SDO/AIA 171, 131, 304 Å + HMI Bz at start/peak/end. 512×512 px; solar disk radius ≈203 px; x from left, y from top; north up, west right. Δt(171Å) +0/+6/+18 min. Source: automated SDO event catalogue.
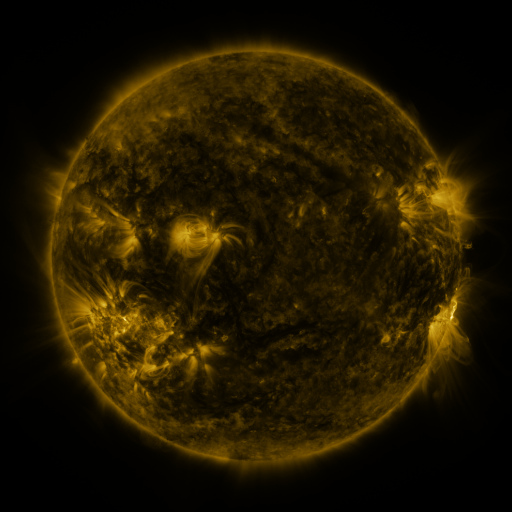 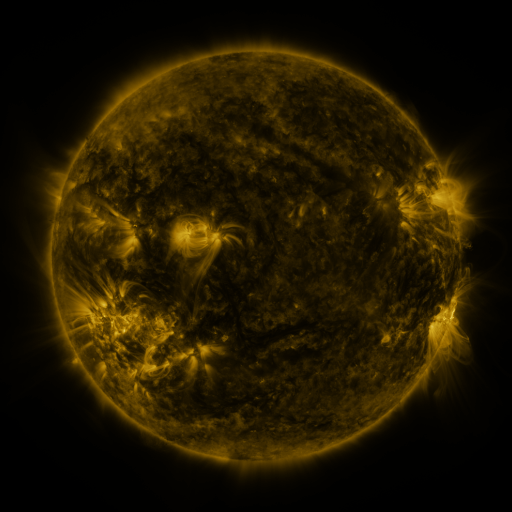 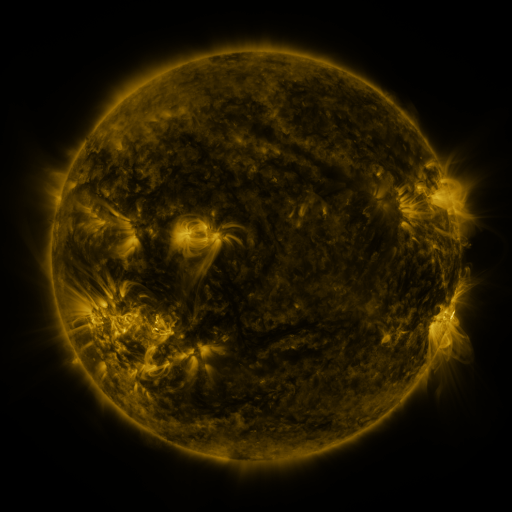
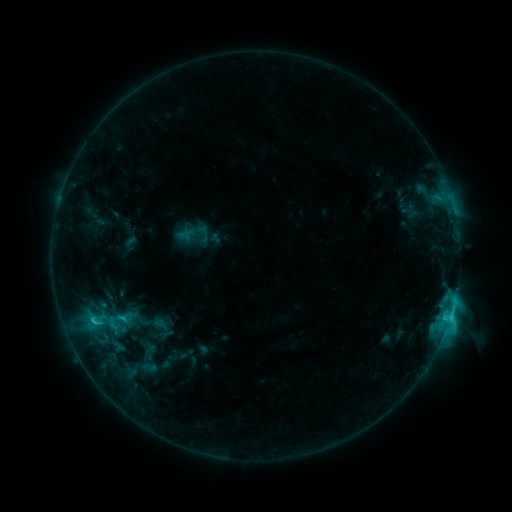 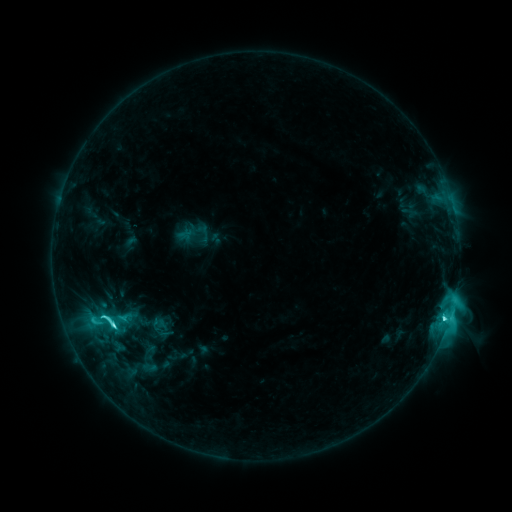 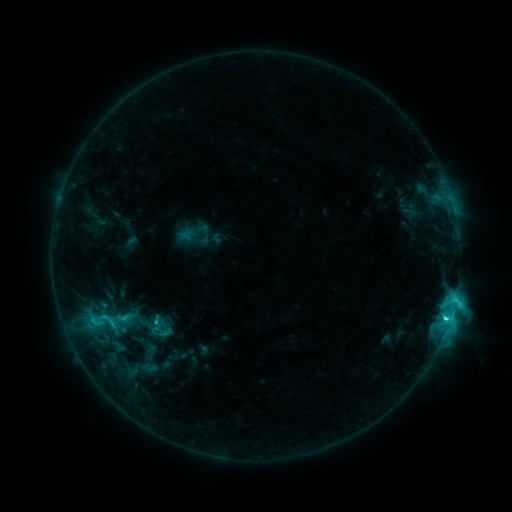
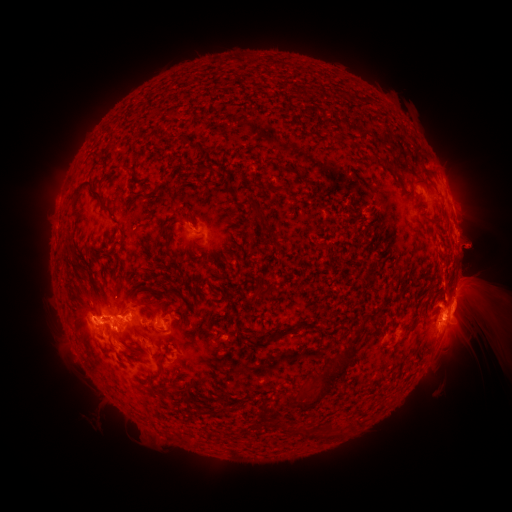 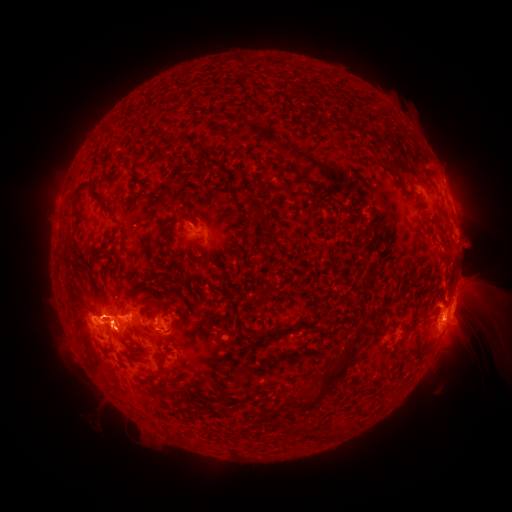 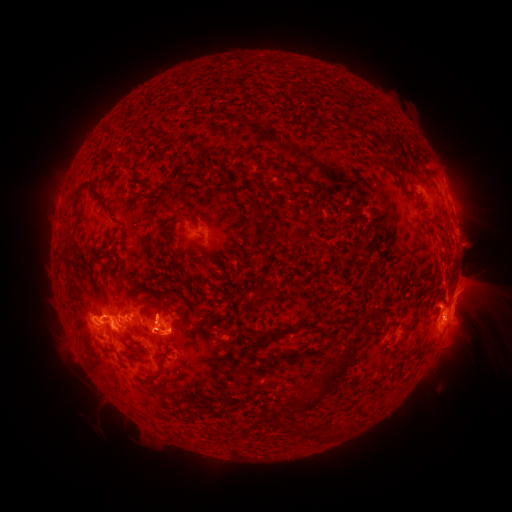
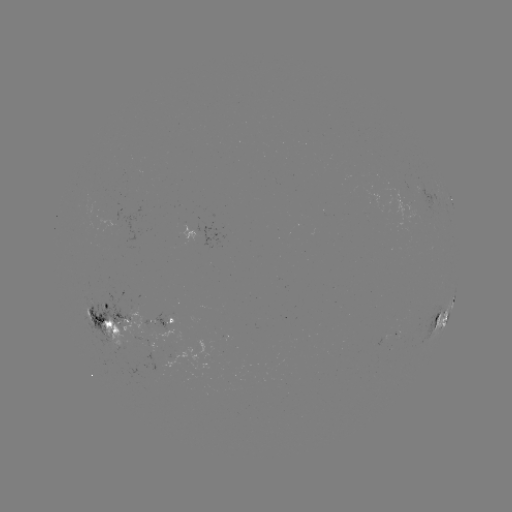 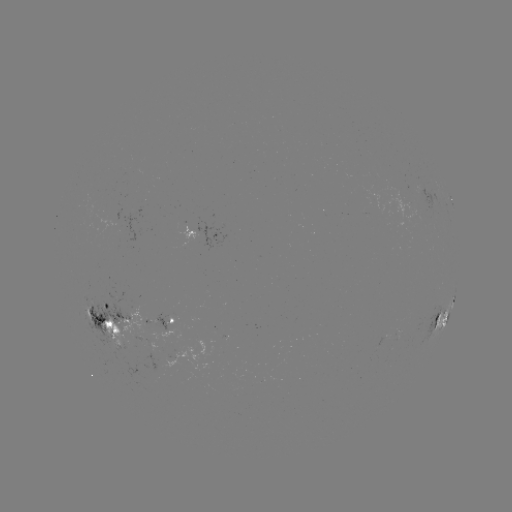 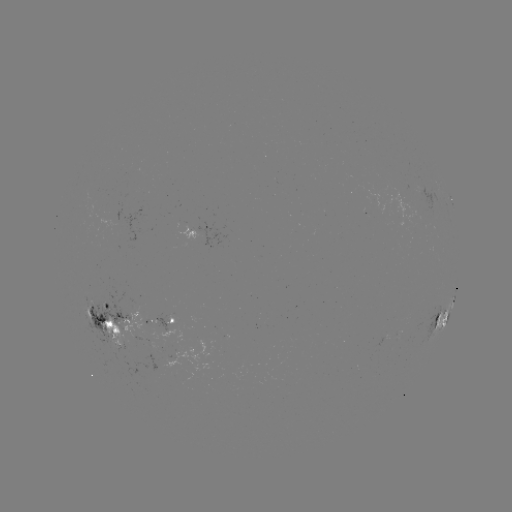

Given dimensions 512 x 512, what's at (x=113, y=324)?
C8.8 flare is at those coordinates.